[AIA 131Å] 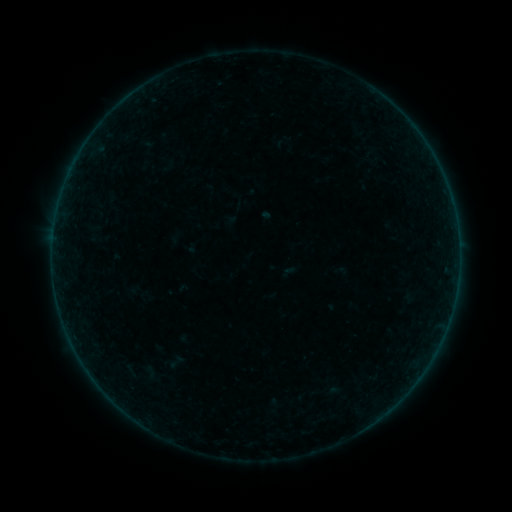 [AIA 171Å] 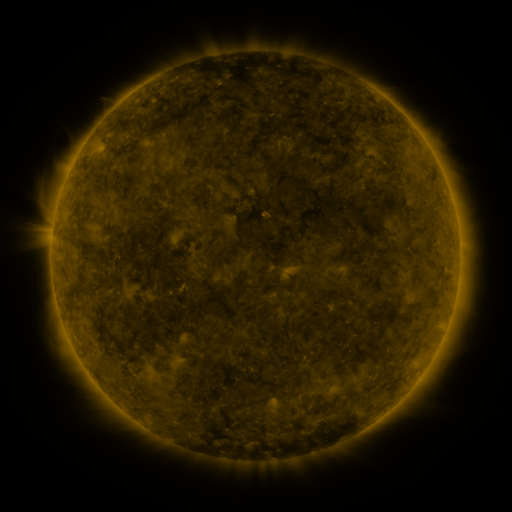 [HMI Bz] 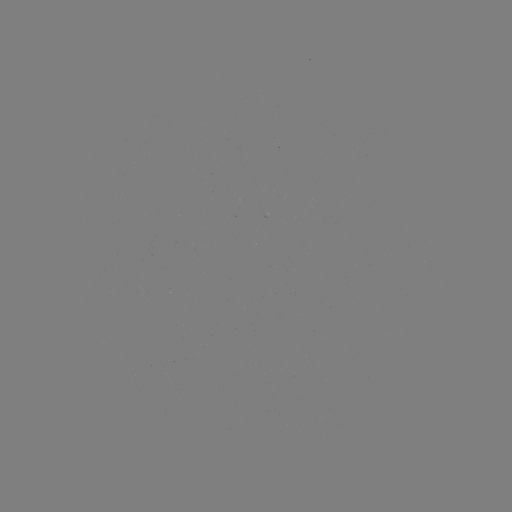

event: sigmoid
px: (175, 362)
